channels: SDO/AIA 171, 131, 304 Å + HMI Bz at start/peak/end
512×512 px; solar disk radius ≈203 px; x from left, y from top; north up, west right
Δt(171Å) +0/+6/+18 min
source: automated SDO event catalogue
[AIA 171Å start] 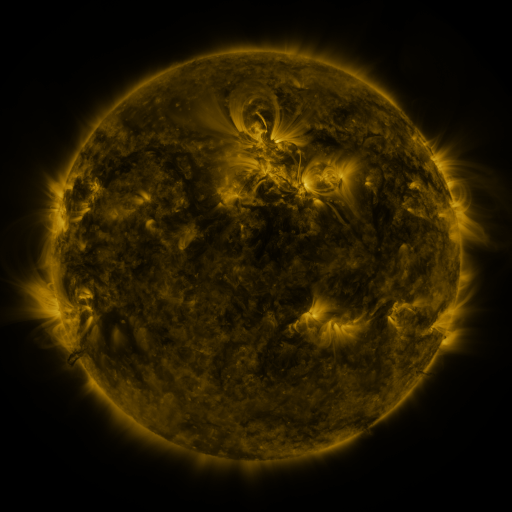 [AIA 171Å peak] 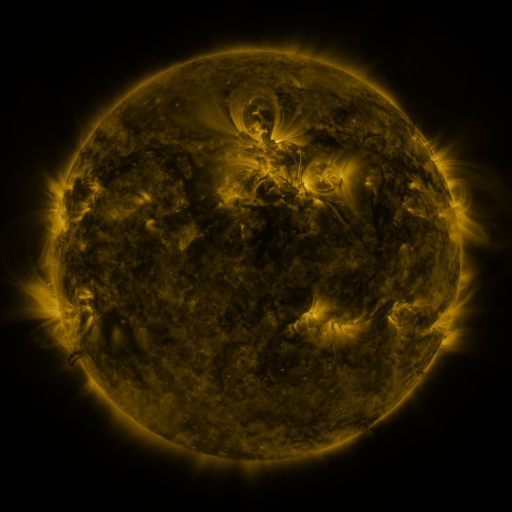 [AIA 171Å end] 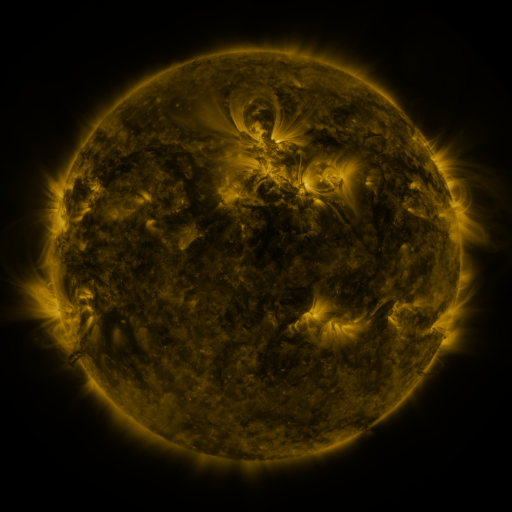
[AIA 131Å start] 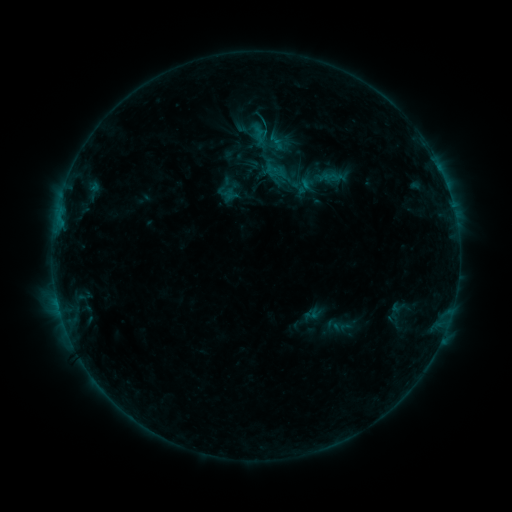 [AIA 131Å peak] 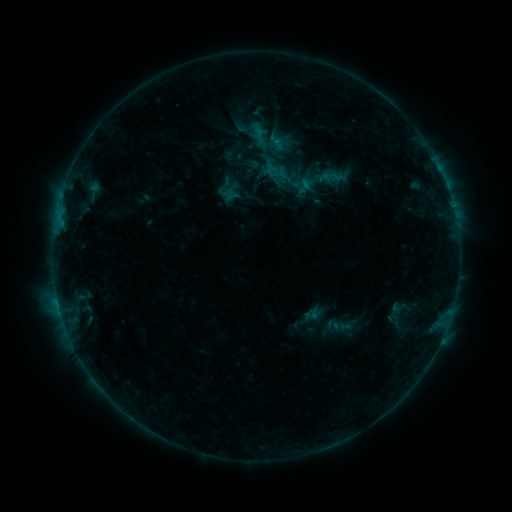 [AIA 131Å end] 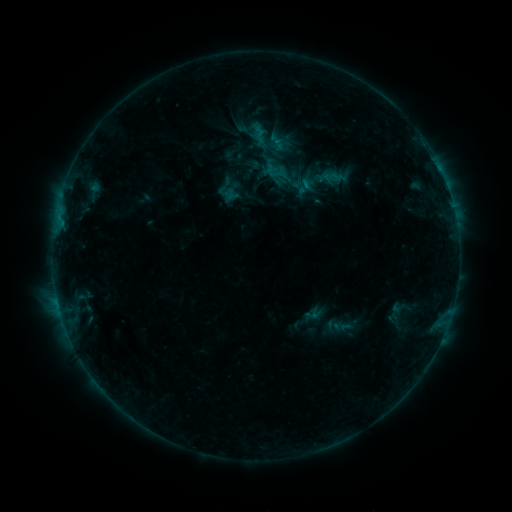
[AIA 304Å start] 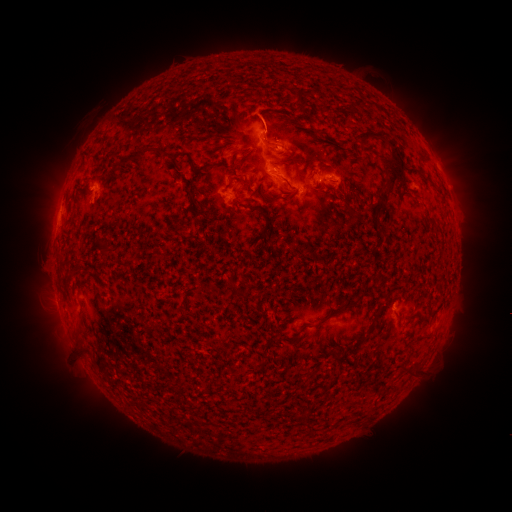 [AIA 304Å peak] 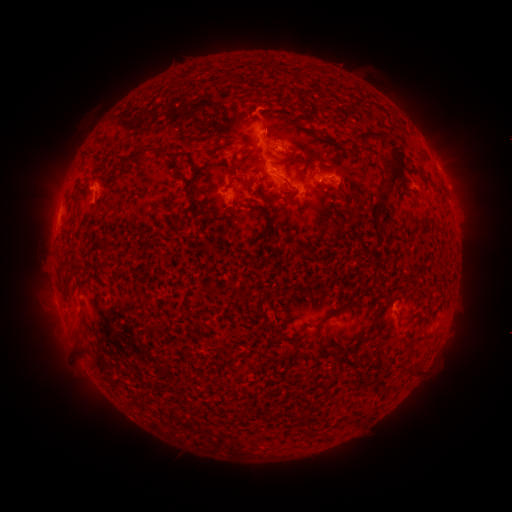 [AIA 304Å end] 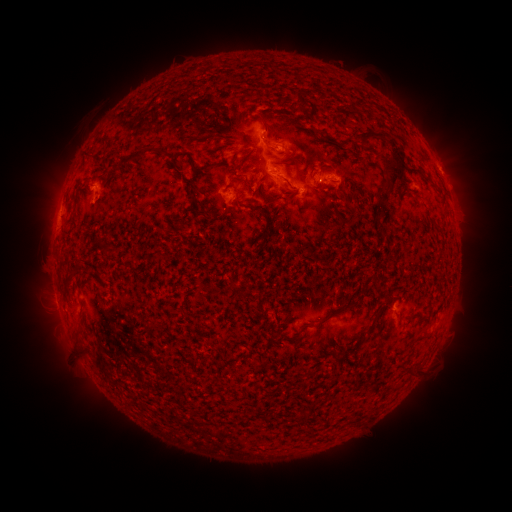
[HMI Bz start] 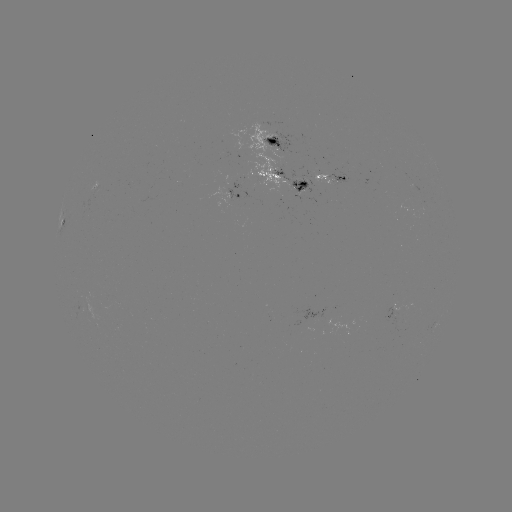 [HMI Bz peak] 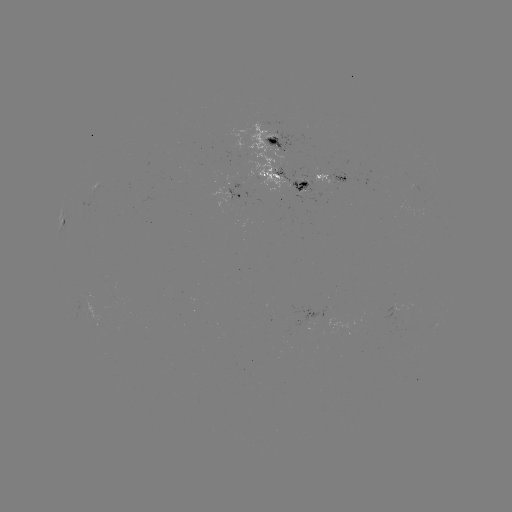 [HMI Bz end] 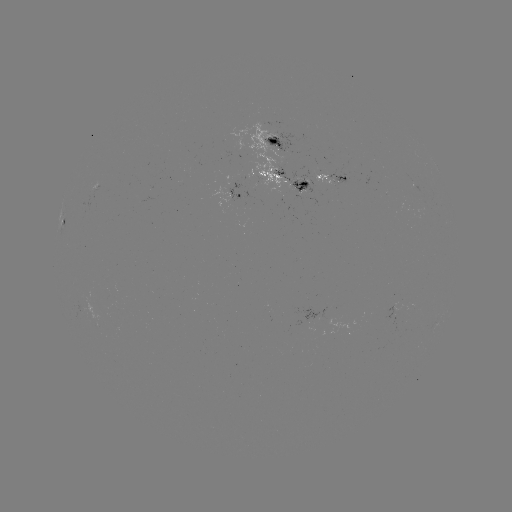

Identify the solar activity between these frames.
no catalogued flare and no flagged EUV brightening in this window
